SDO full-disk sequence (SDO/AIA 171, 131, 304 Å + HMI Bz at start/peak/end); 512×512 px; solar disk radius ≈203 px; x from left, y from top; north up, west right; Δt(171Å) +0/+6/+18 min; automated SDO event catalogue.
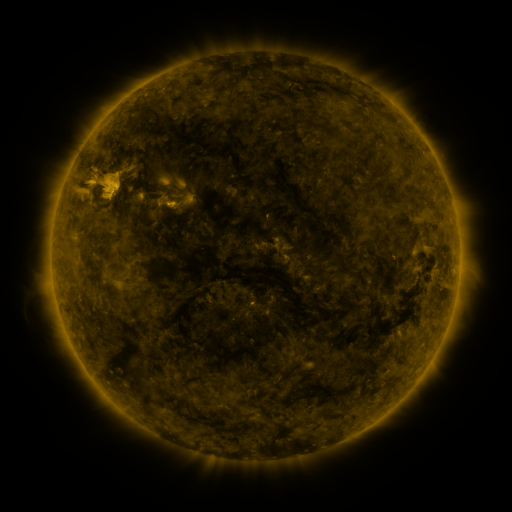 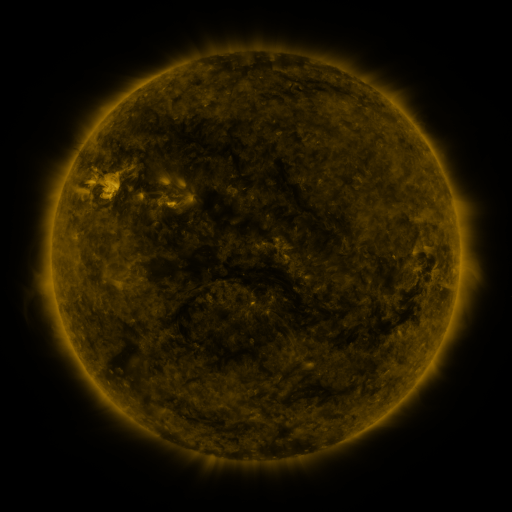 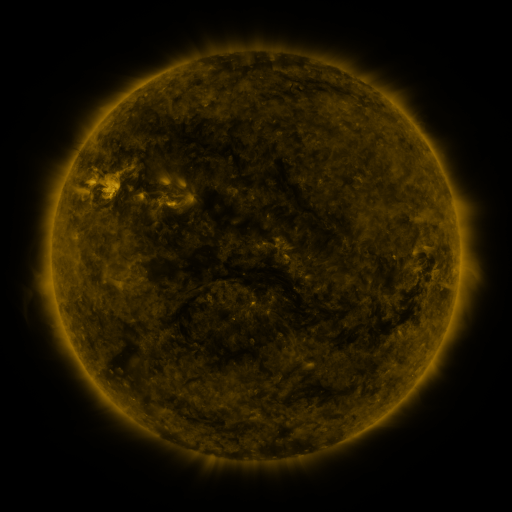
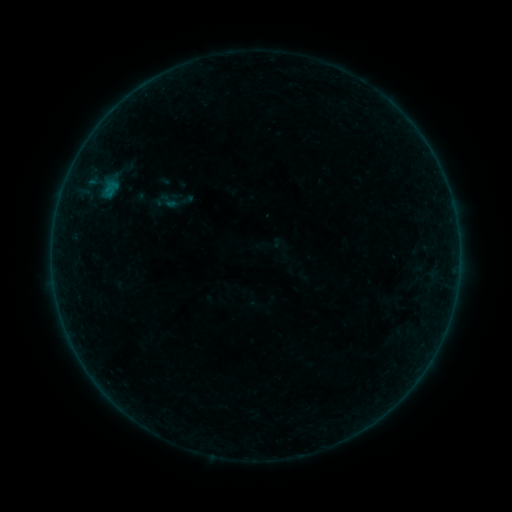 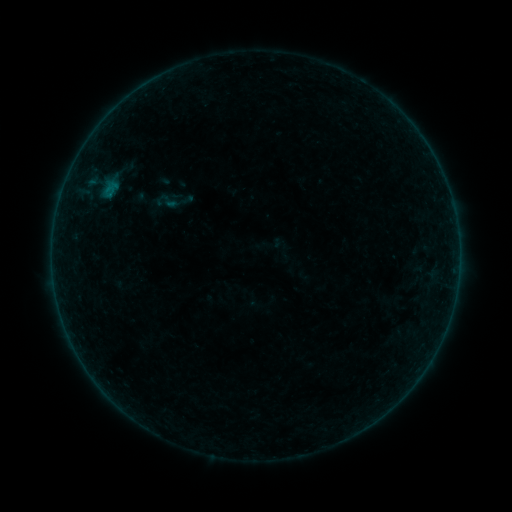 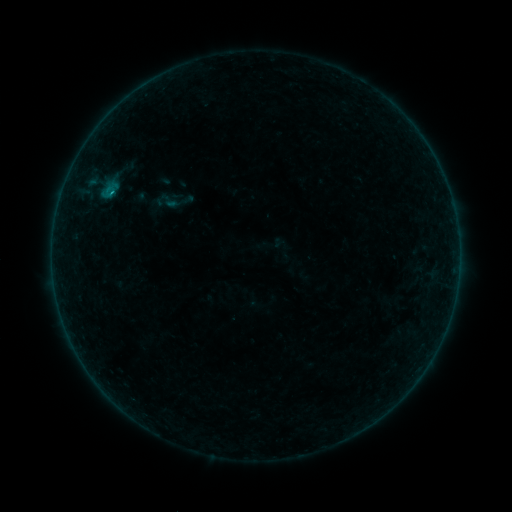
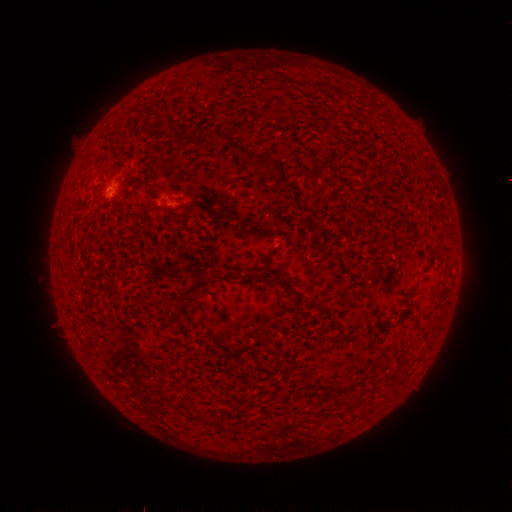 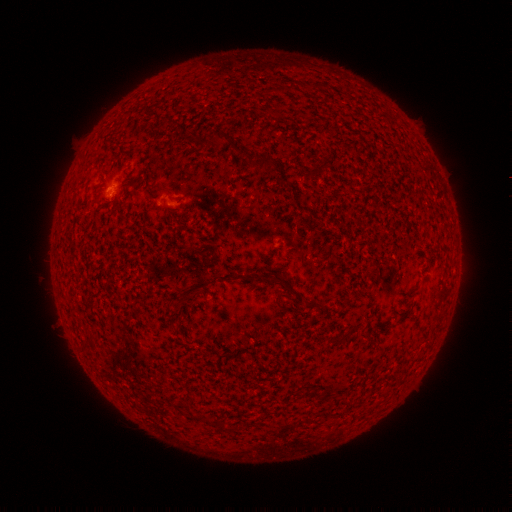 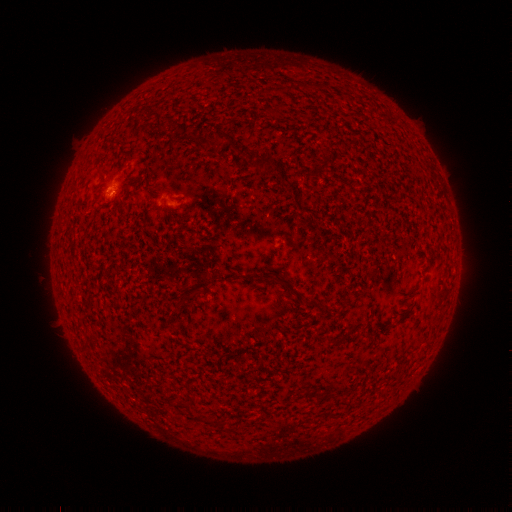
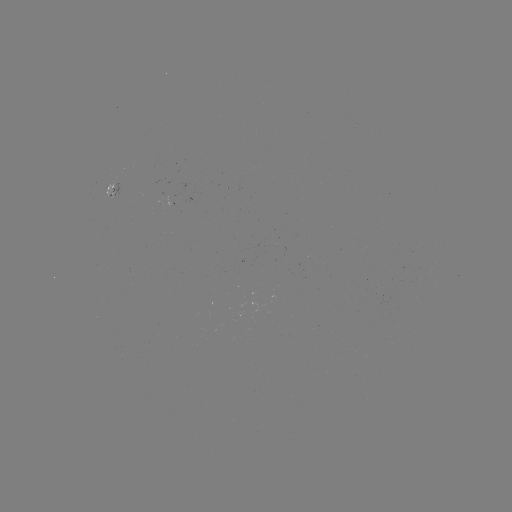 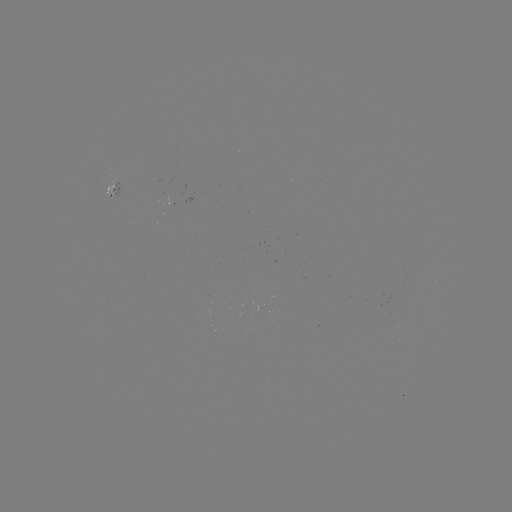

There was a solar flare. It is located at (112, 196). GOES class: B3.0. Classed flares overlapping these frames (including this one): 1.